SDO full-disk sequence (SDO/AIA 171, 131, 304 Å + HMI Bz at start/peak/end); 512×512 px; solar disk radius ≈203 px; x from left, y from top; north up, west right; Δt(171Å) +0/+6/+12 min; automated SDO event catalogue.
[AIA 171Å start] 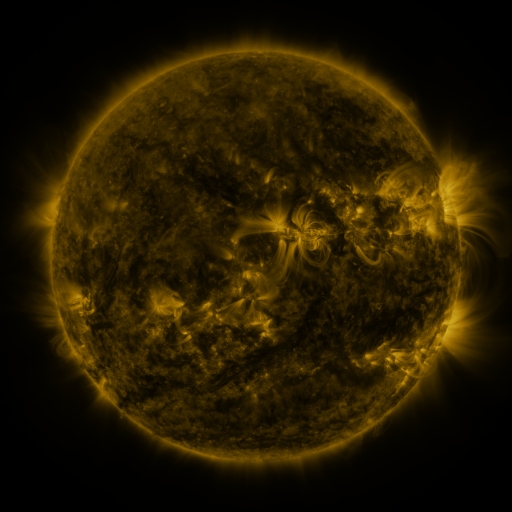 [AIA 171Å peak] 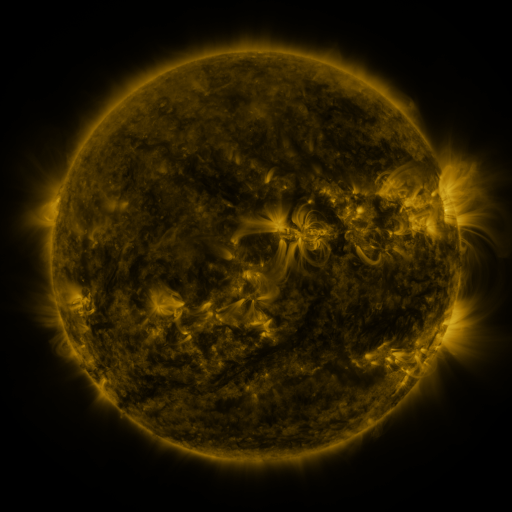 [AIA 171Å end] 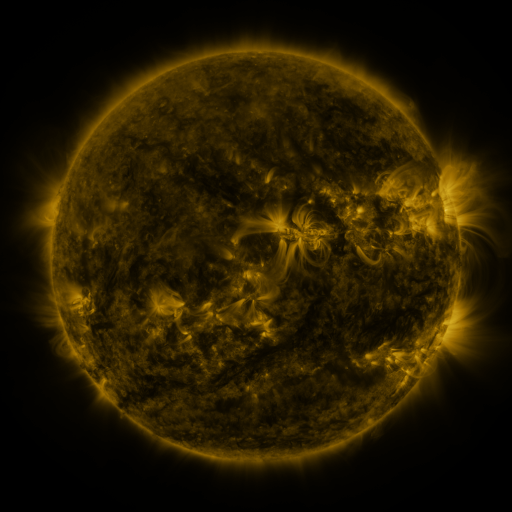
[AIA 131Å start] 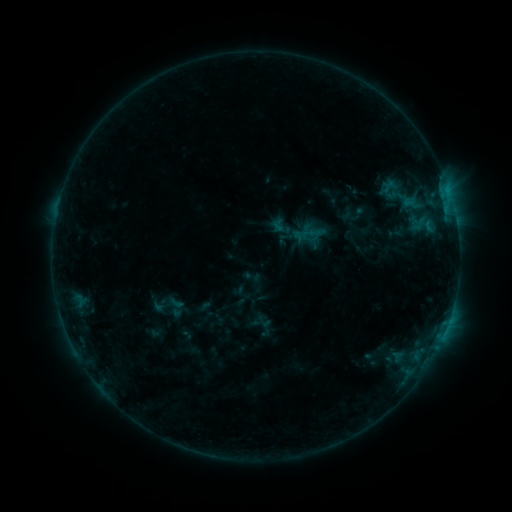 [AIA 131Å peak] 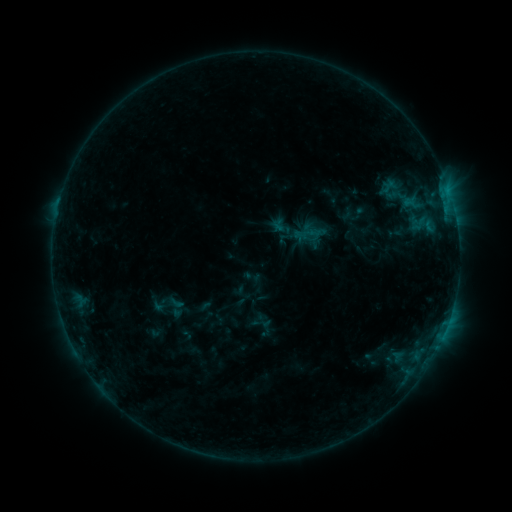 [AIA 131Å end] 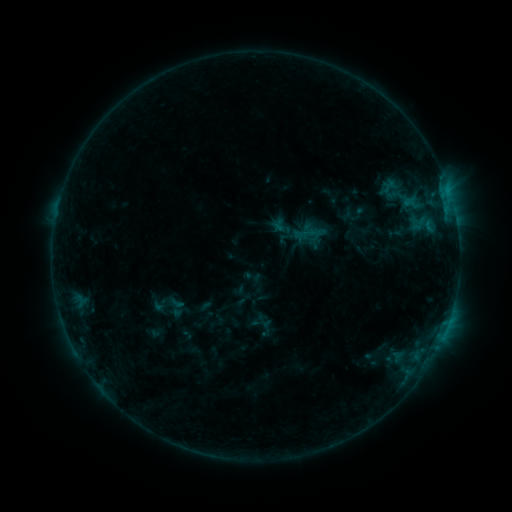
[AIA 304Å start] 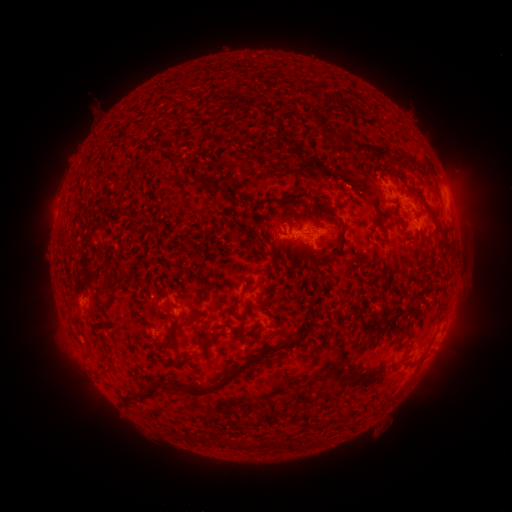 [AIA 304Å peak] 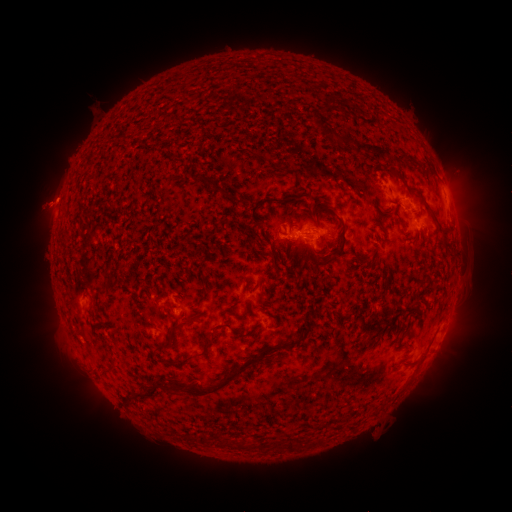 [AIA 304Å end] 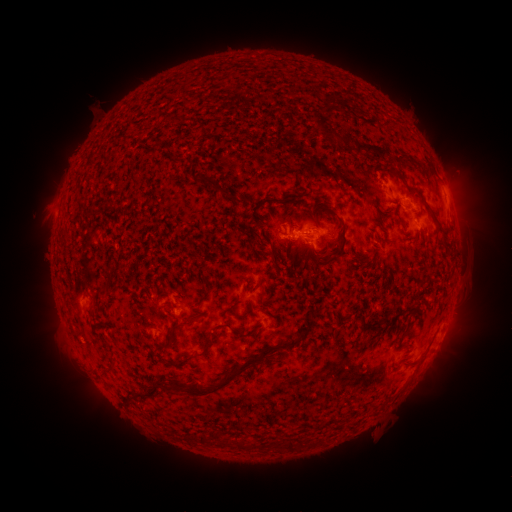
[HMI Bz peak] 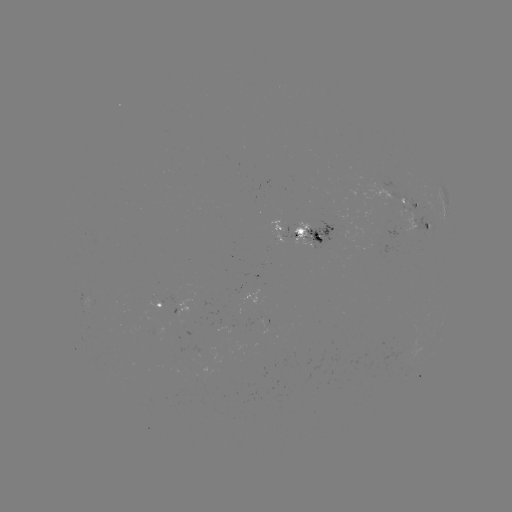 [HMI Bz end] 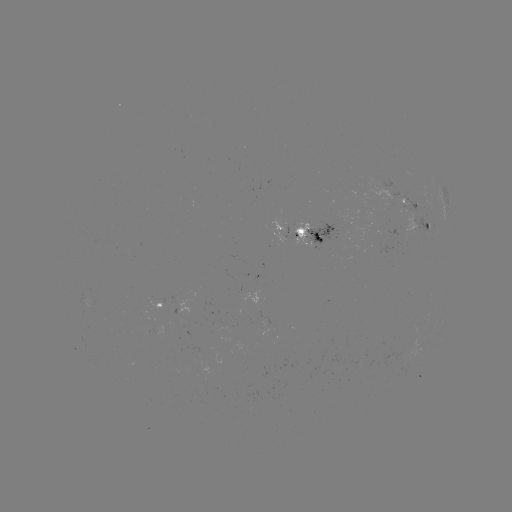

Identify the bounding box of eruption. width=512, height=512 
[18, 173, 80, 233].